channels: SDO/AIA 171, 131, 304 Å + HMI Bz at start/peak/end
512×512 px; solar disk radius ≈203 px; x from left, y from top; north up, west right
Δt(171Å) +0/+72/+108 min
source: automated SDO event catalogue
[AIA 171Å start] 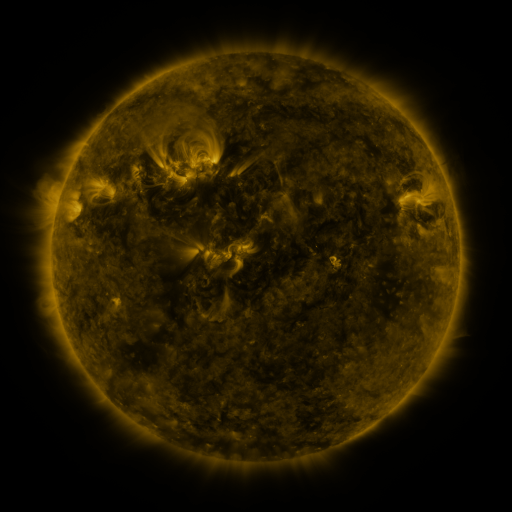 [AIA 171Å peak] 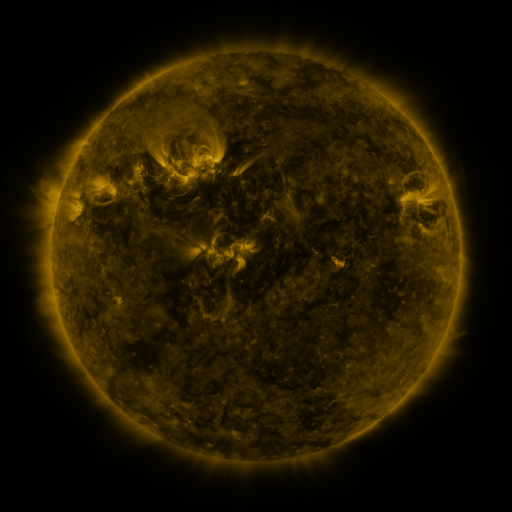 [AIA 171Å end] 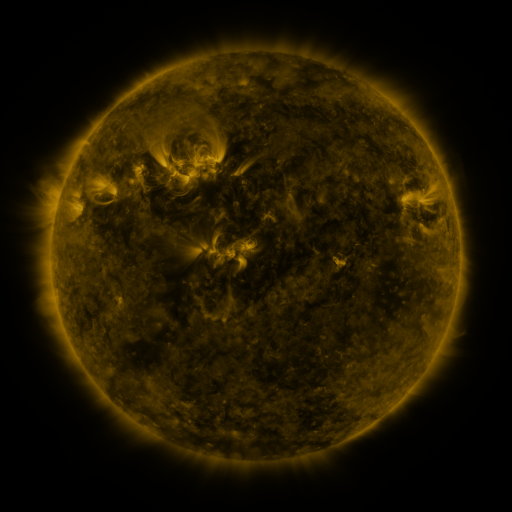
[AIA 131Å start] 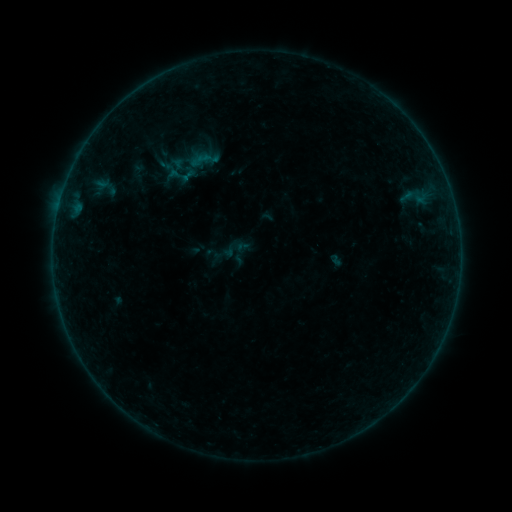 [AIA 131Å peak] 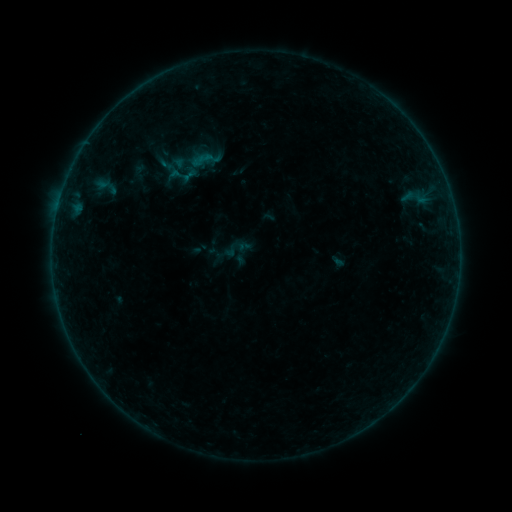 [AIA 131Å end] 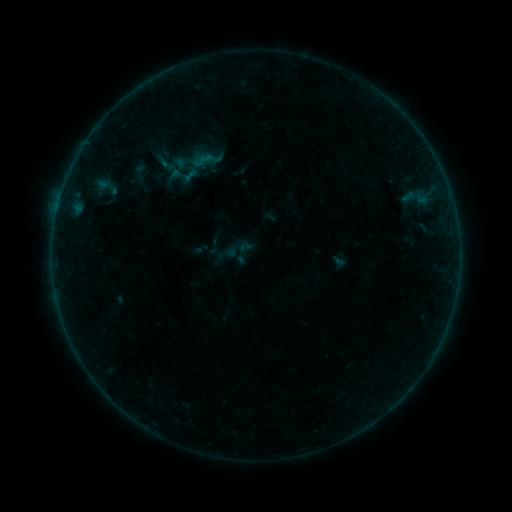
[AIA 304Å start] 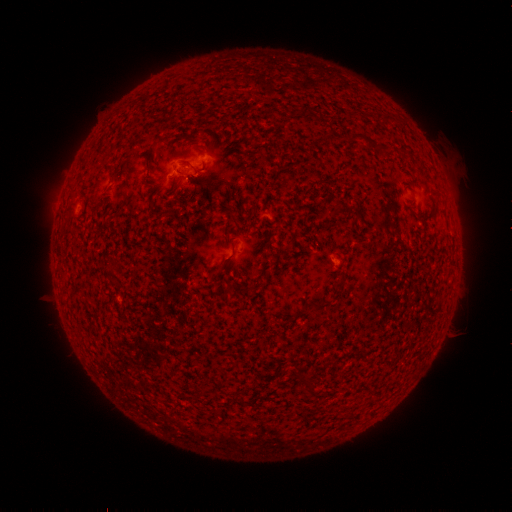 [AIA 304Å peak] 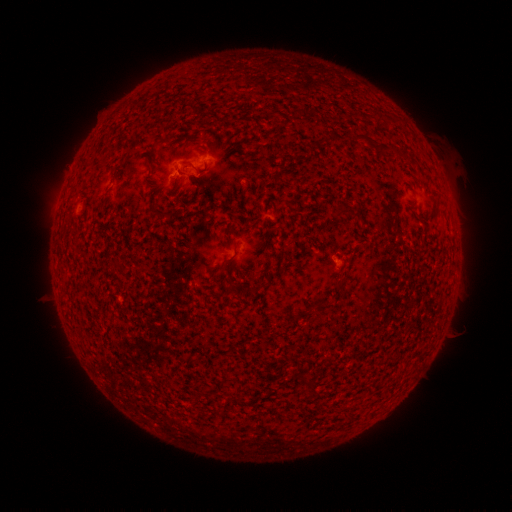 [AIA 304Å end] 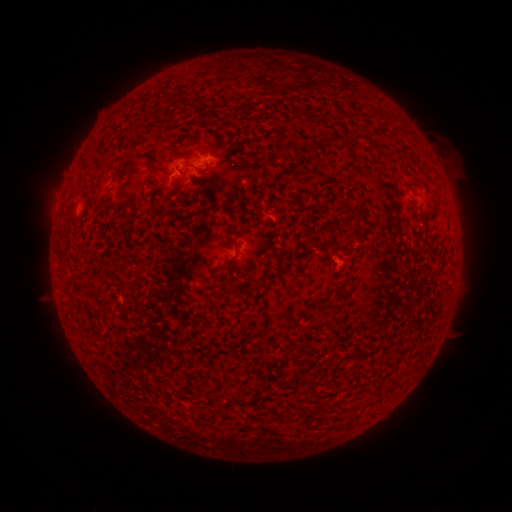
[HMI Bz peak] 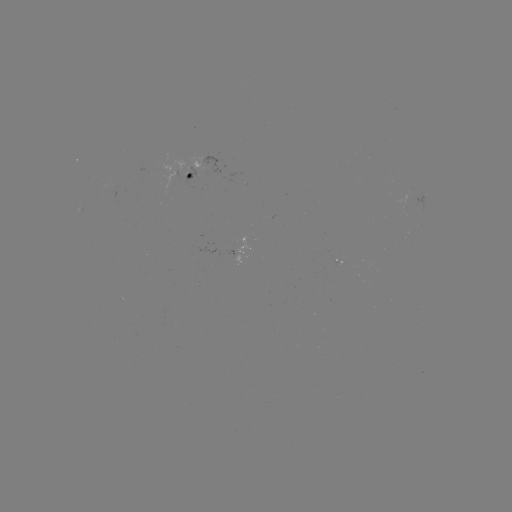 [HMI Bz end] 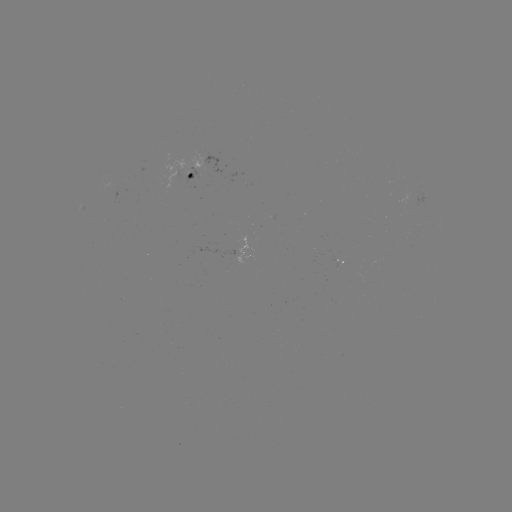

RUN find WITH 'emerging-flux region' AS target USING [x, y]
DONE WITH [181, 174] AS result